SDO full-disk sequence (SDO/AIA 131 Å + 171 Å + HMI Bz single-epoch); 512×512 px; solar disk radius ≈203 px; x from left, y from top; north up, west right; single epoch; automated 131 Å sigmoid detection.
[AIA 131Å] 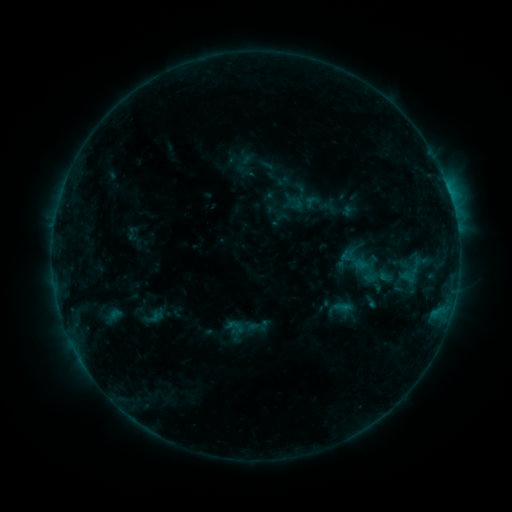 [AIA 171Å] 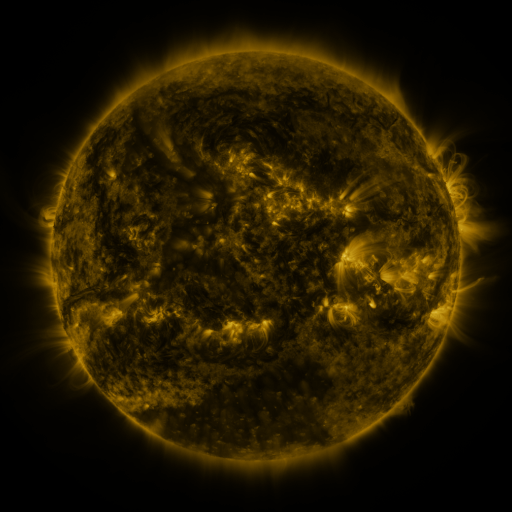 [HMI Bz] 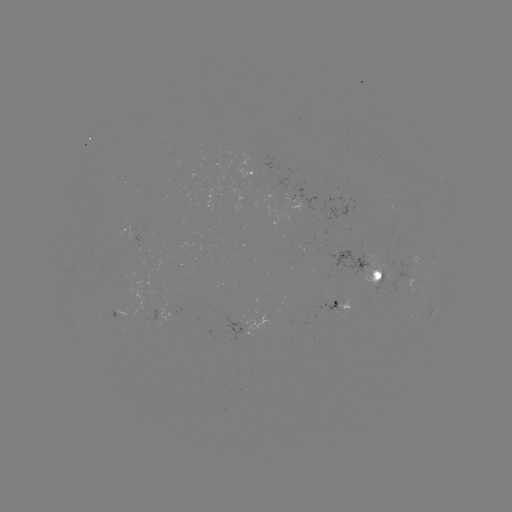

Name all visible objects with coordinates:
sigmoid: [333, 297, 351, 316]
